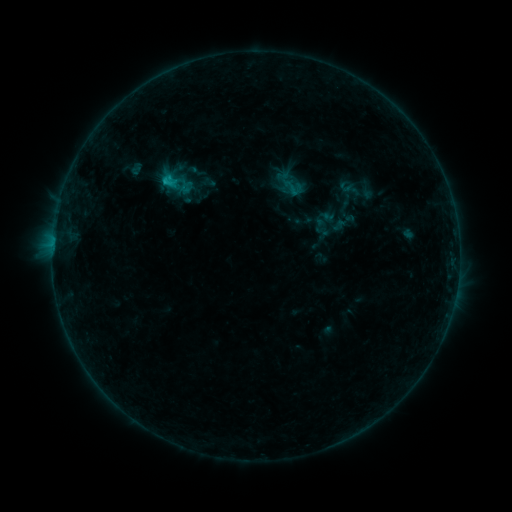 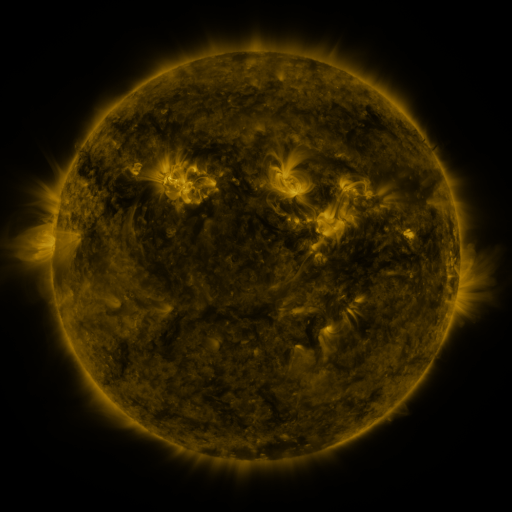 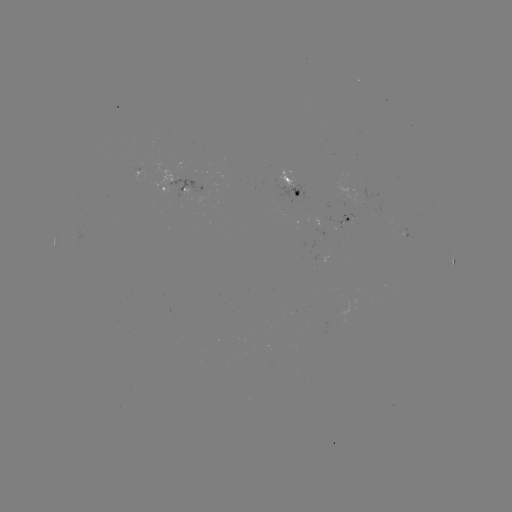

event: sigmoid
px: (293, 187)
